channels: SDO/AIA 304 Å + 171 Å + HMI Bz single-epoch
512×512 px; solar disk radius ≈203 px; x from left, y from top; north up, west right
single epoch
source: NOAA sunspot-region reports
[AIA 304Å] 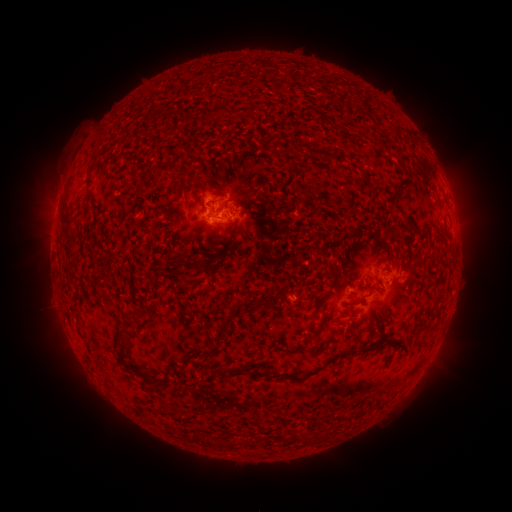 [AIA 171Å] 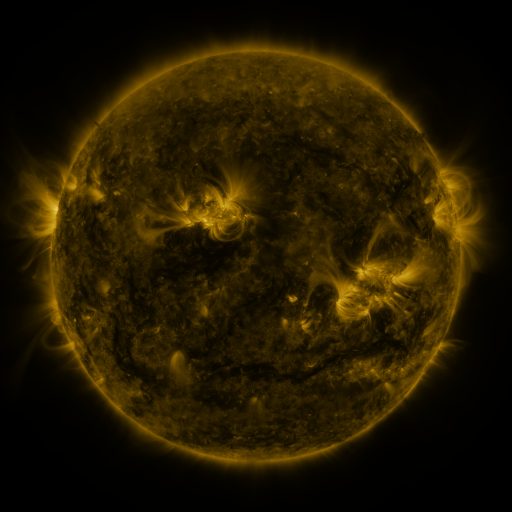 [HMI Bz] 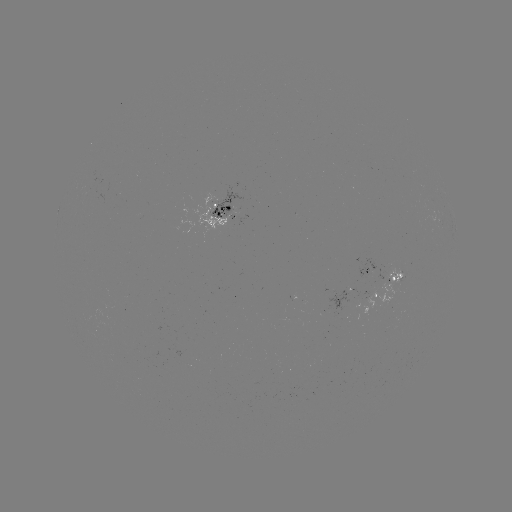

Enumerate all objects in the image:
spotted active region: (224, 206)
spotted active region: (383, 275)
spotted active region: (364, 295)
